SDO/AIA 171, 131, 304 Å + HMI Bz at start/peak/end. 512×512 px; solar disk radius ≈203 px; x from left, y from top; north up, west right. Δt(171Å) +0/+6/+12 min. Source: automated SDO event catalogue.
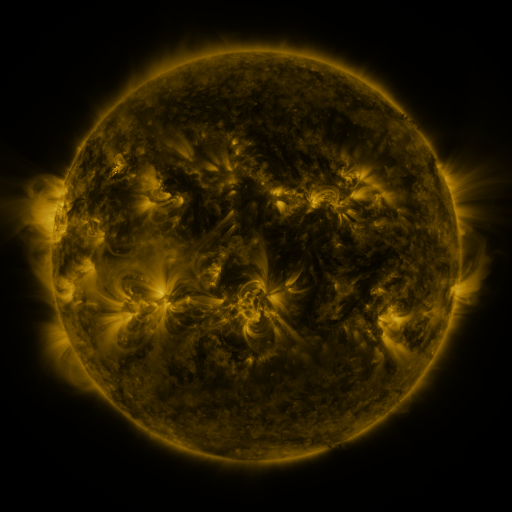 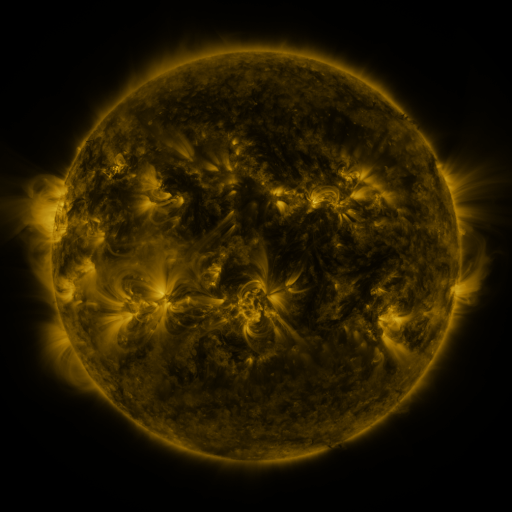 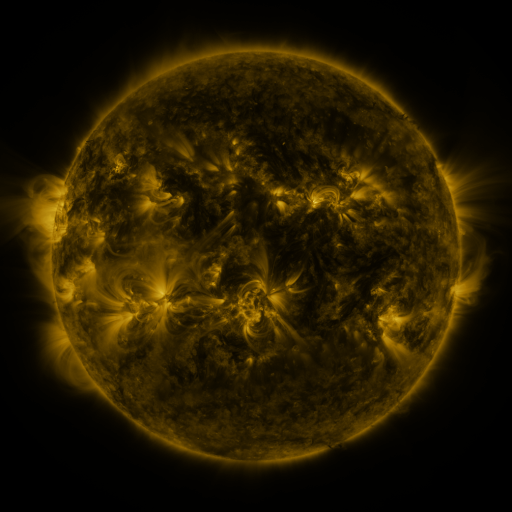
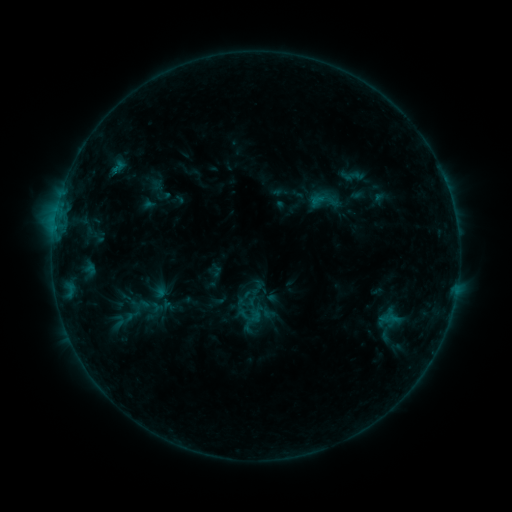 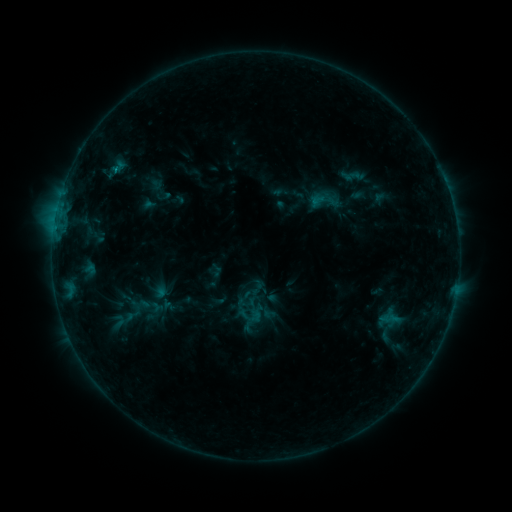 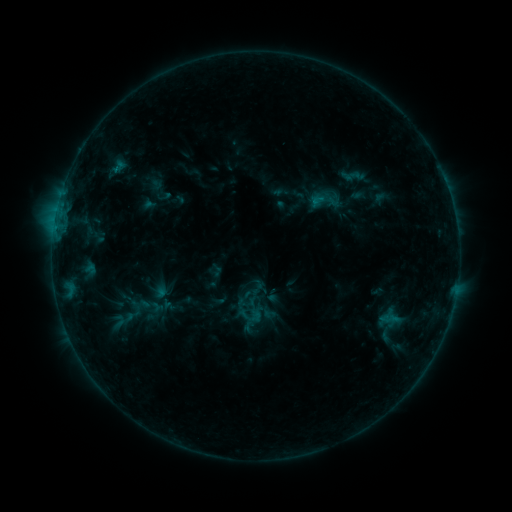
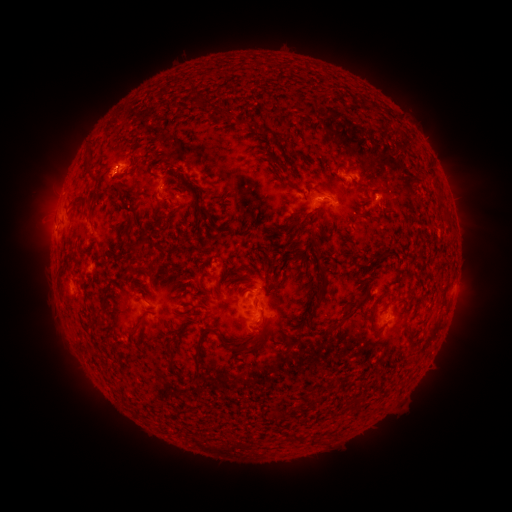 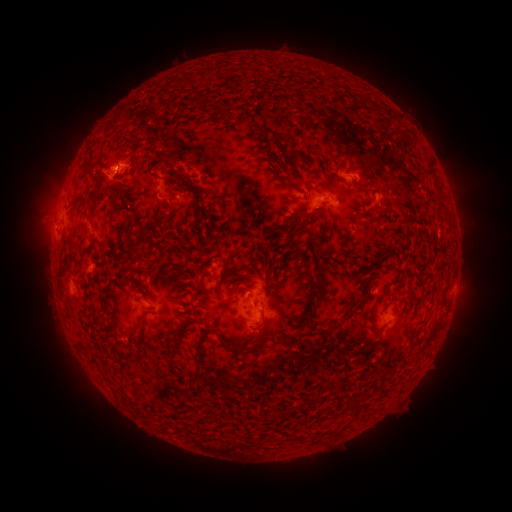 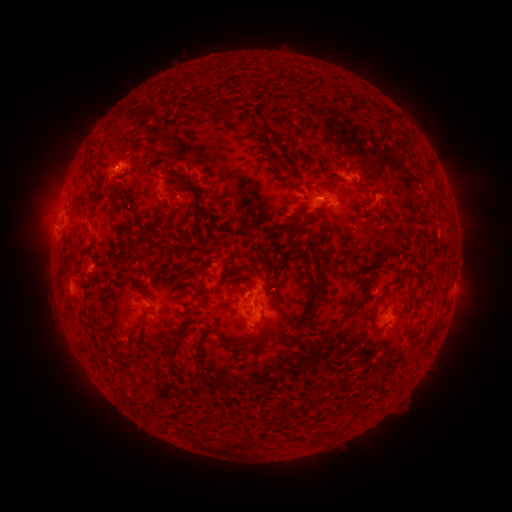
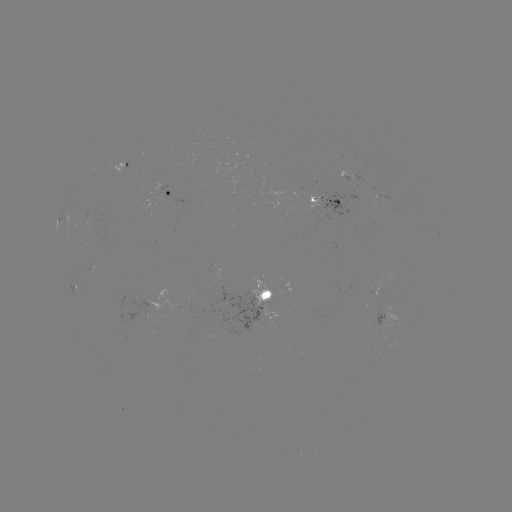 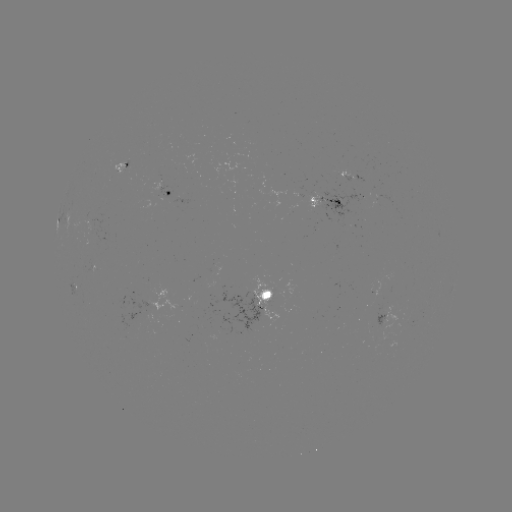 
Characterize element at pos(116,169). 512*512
B5.5 flare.